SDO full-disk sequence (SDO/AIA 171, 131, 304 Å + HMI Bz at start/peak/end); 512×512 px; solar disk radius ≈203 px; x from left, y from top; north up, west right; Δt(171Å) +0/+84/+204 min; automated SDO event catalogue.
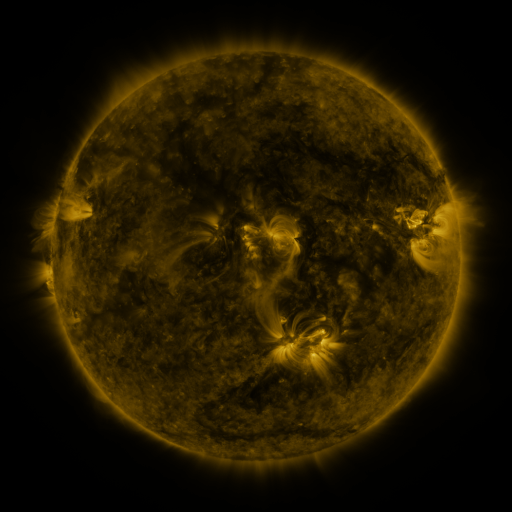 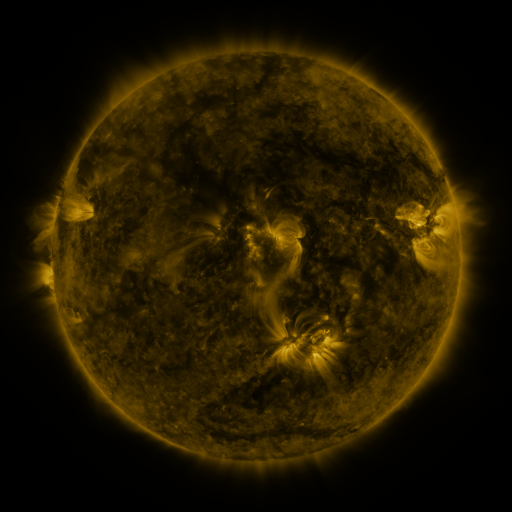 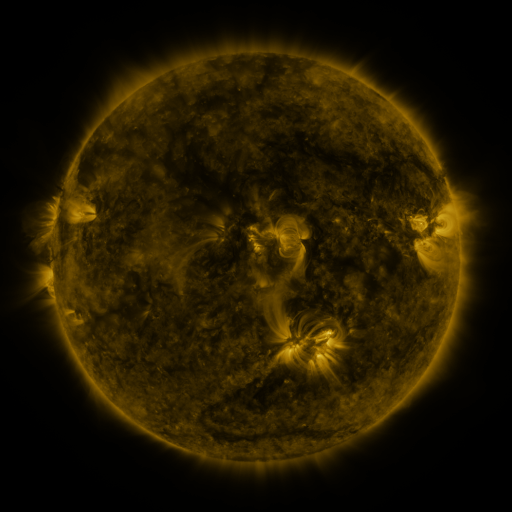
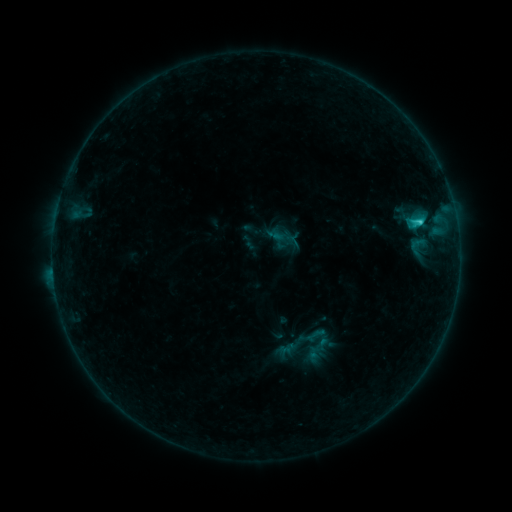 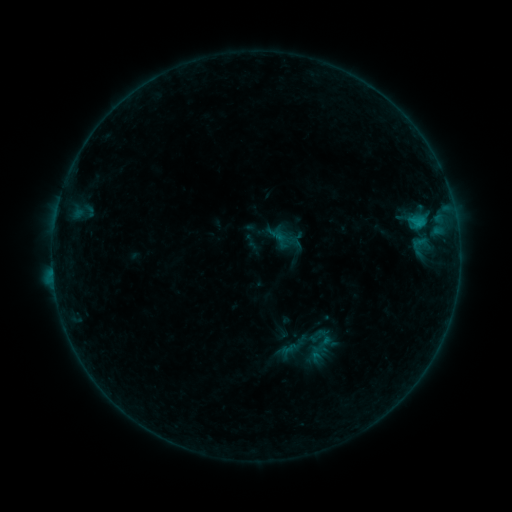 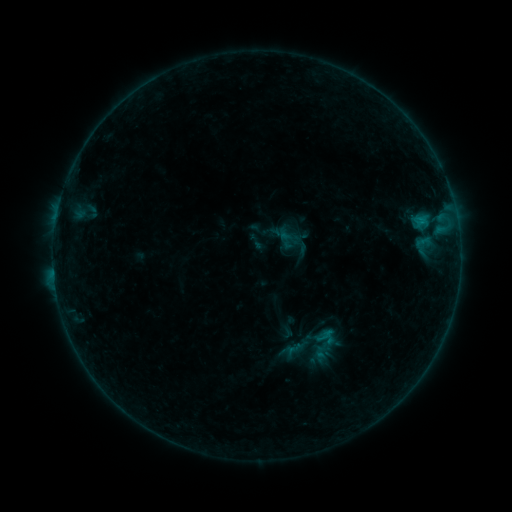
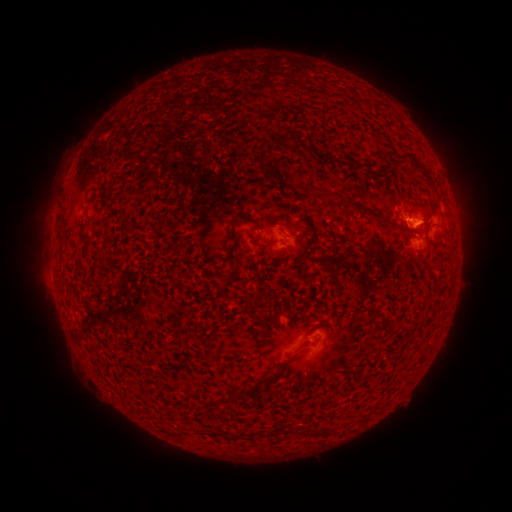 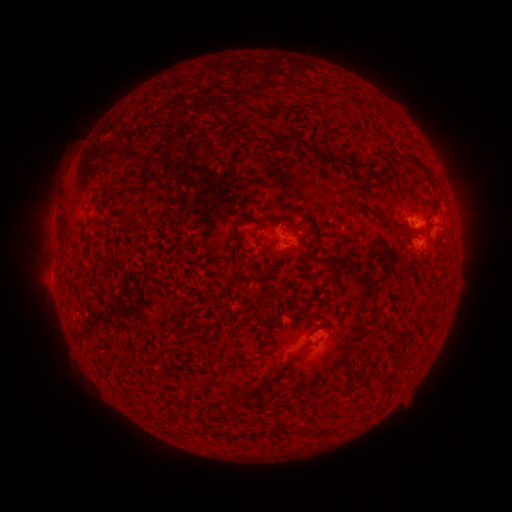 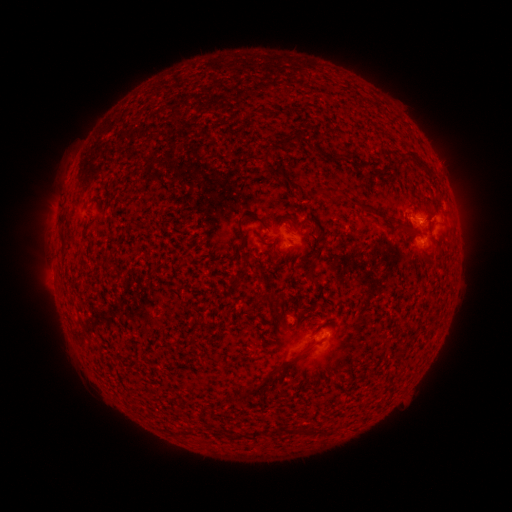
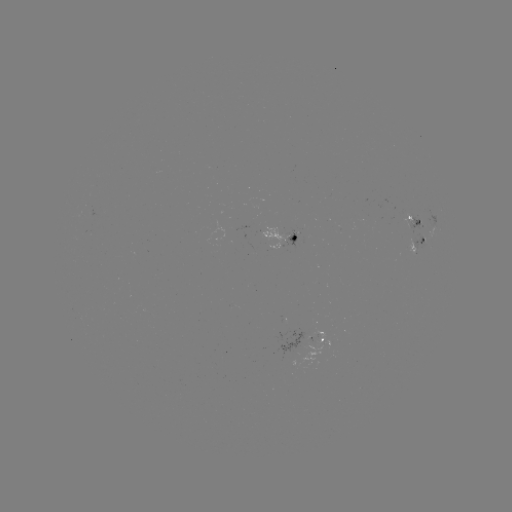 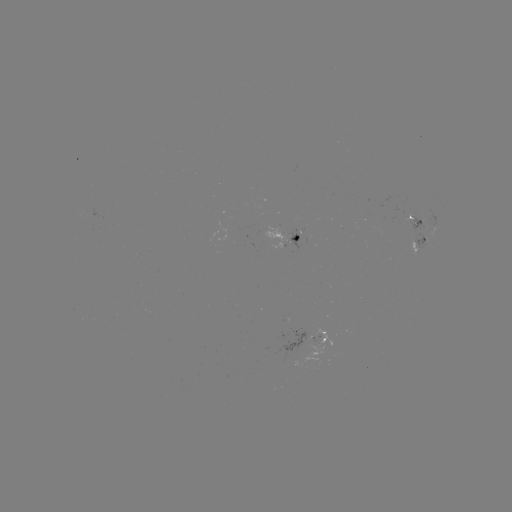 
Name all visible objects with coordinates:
emerging-flux region: (317, 342)
